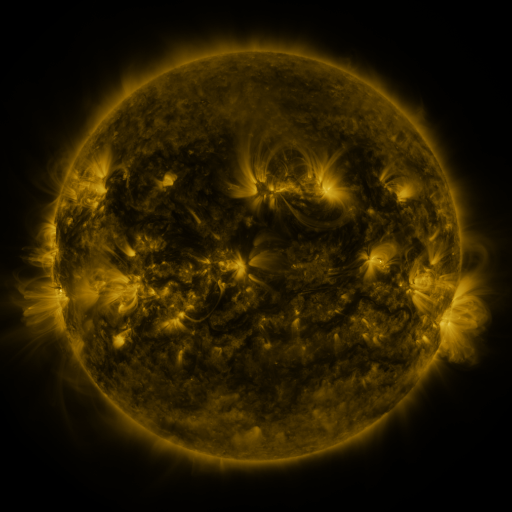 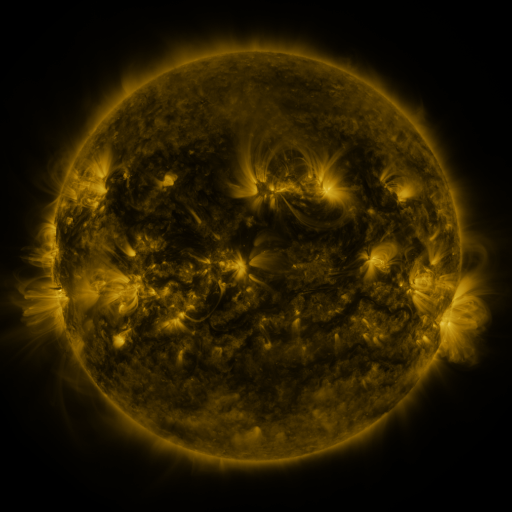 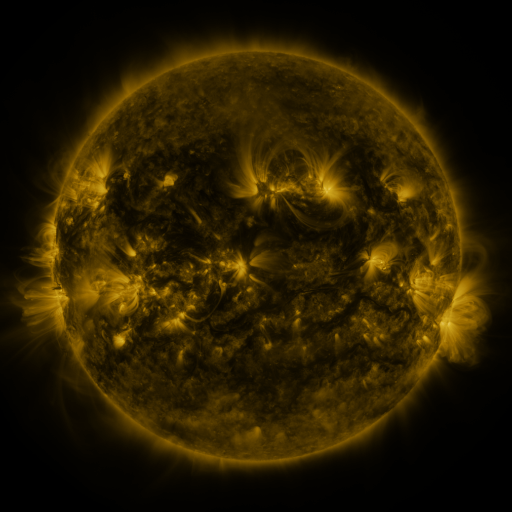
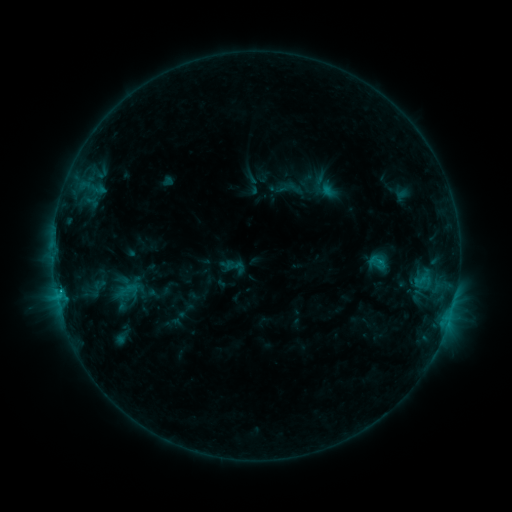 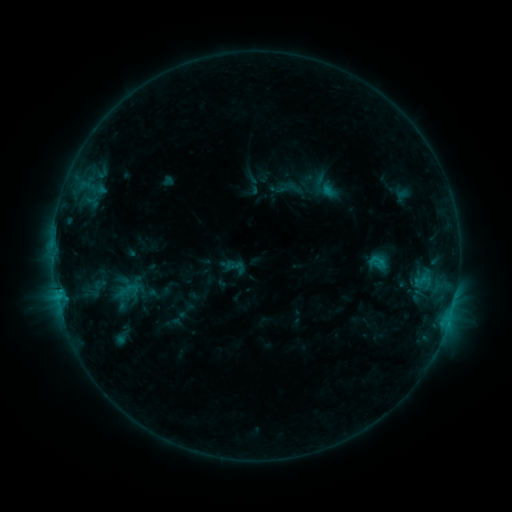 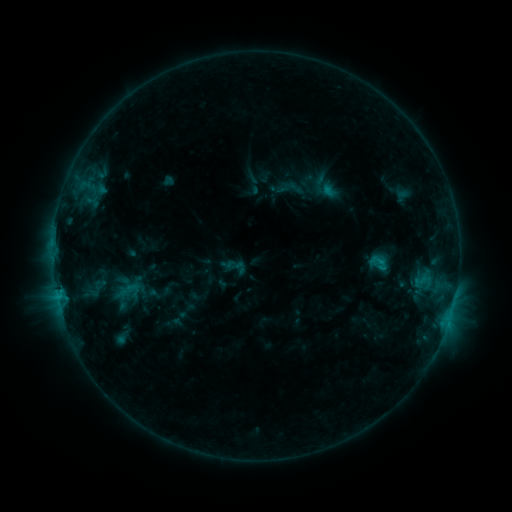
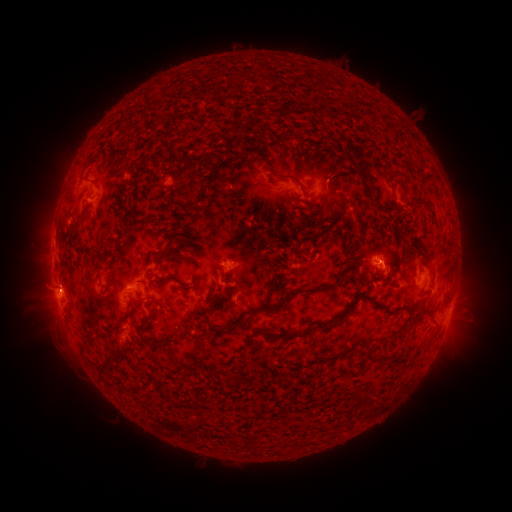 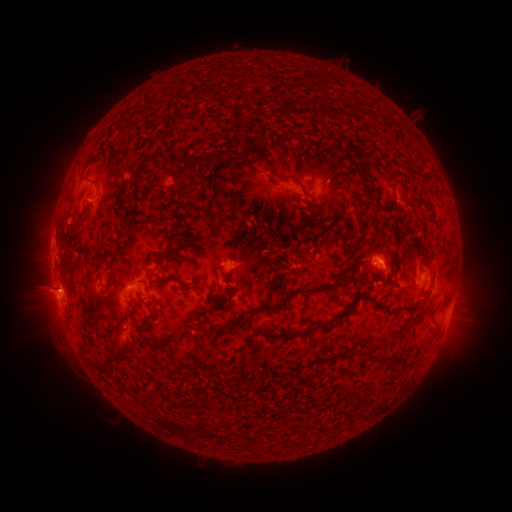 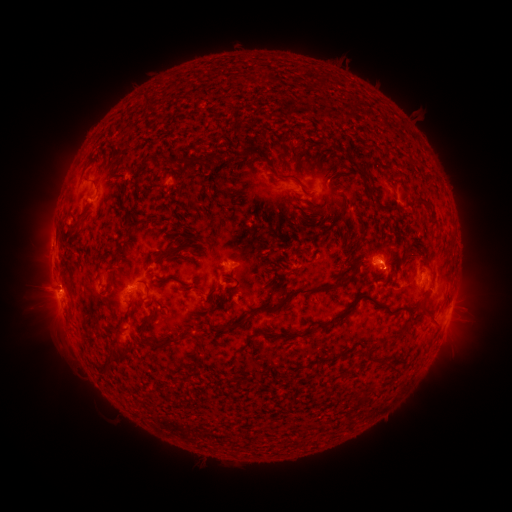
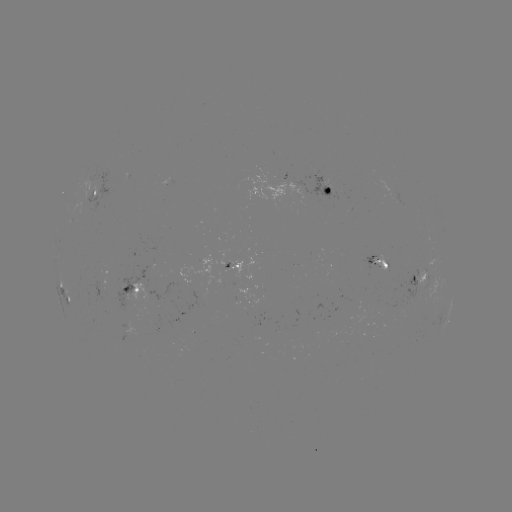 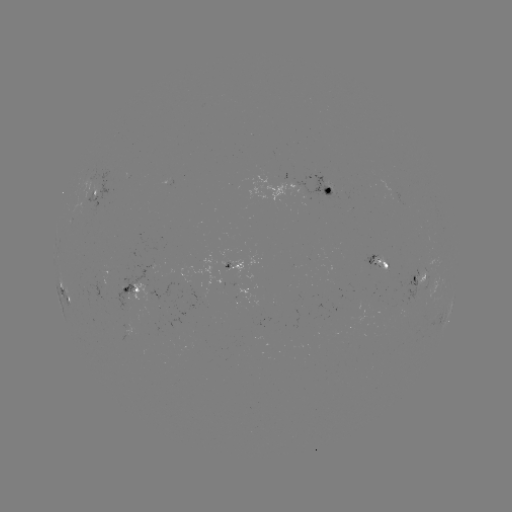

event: eruption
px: (38, 292)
